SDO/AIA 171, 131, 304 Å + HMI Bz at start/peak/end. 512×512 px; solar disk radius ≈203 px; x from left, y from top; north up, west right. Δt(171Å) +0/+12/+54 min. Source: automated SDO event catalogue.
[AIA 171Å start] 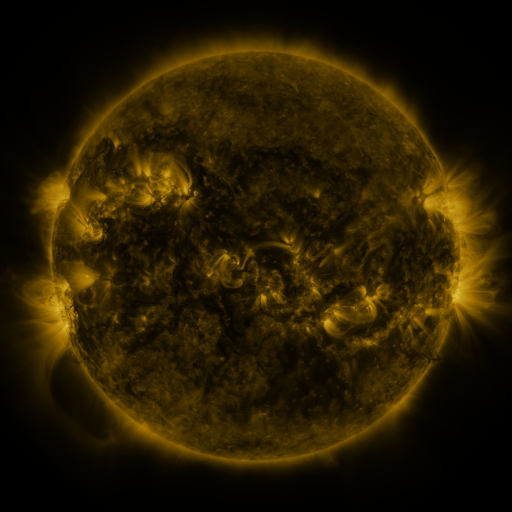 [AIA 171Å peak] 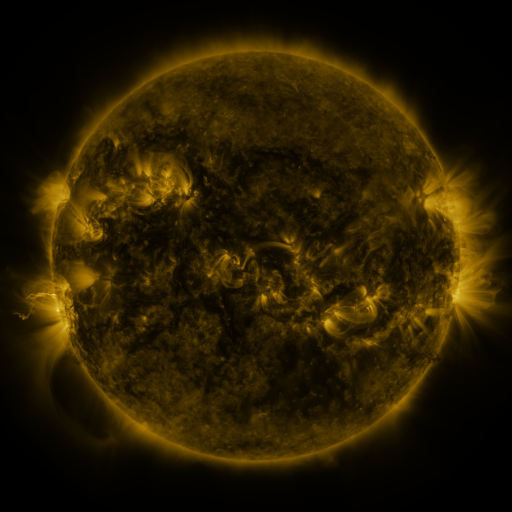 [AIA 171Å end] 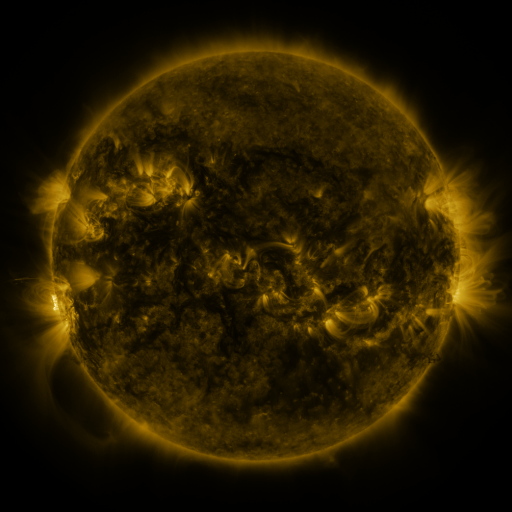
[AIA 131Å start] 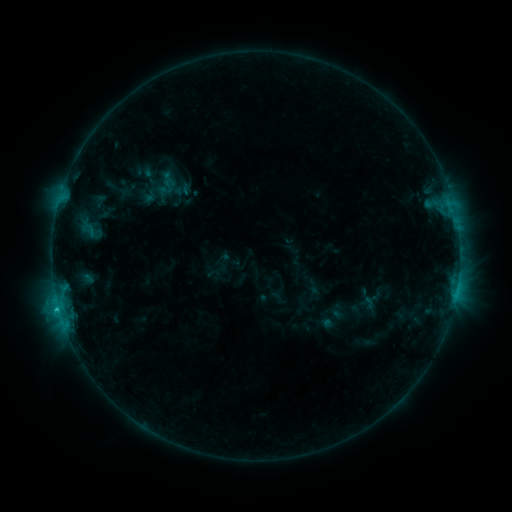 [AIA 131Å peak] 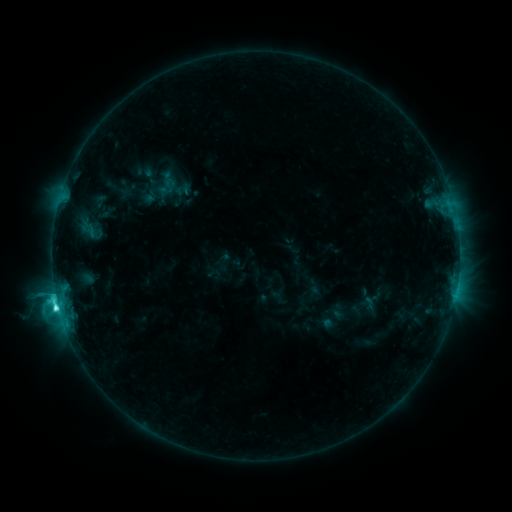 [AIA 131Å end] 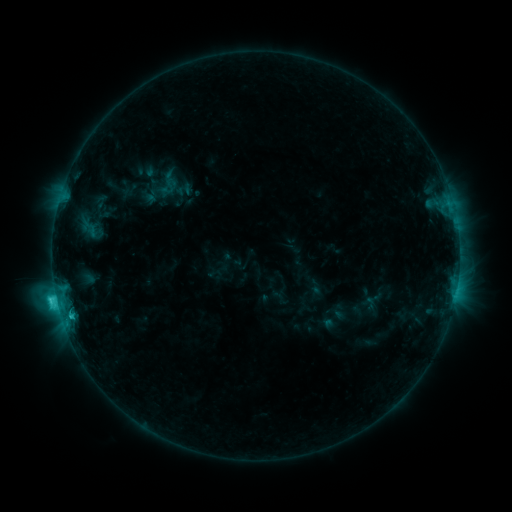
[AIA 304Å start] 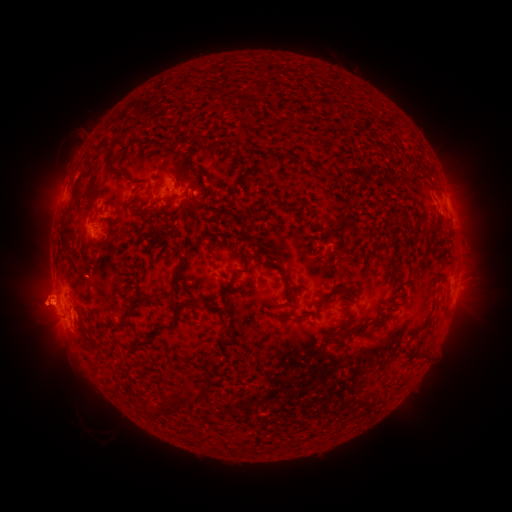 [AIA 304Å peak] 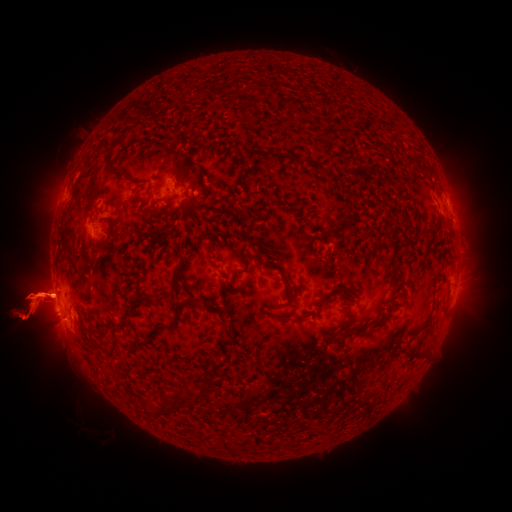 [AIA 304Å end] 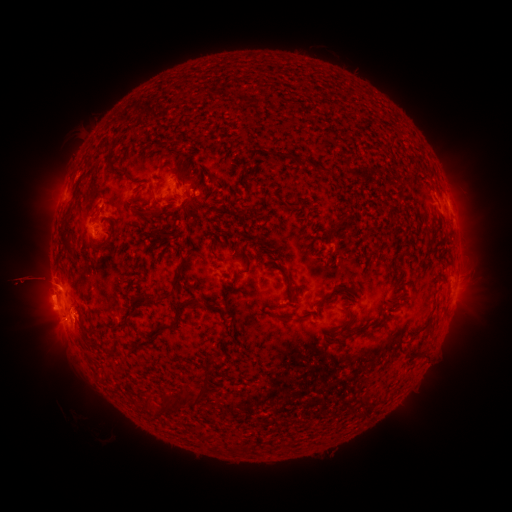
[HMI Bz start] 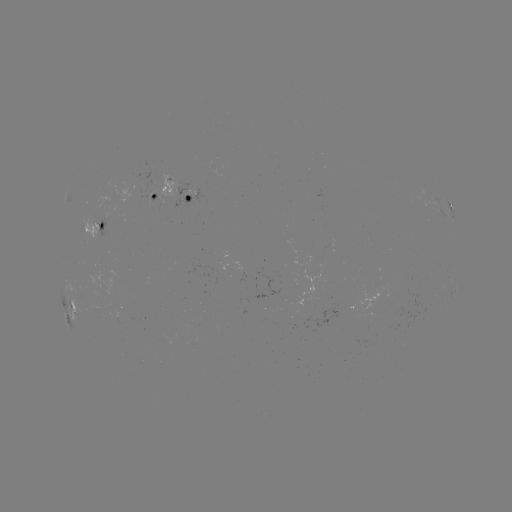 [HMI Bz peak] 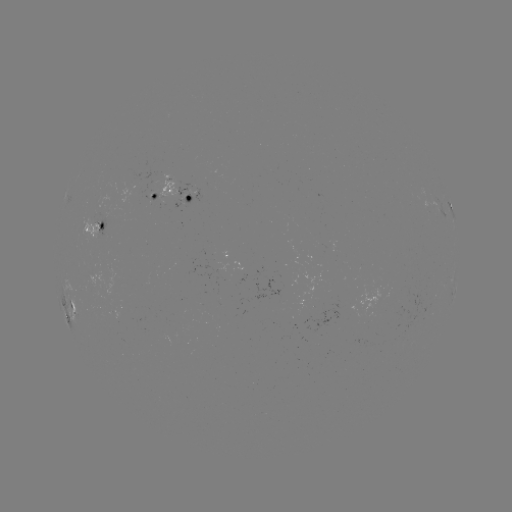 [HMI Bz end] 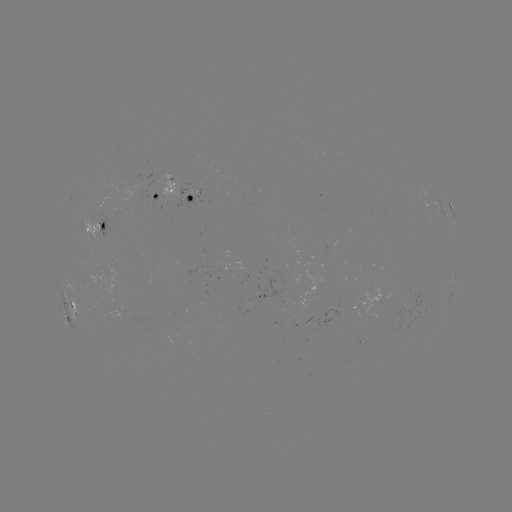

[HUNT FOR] C5.0 flare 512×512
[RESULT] [58, 304]